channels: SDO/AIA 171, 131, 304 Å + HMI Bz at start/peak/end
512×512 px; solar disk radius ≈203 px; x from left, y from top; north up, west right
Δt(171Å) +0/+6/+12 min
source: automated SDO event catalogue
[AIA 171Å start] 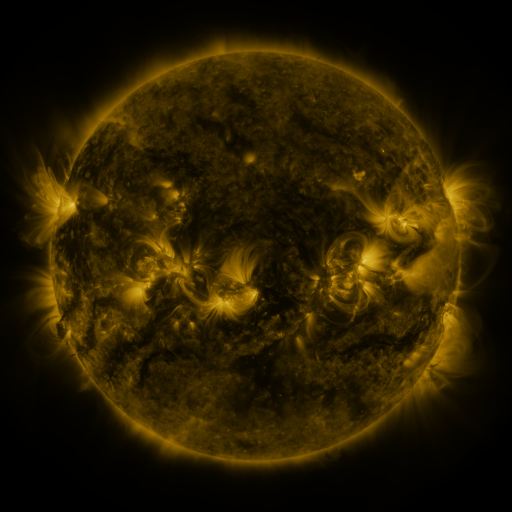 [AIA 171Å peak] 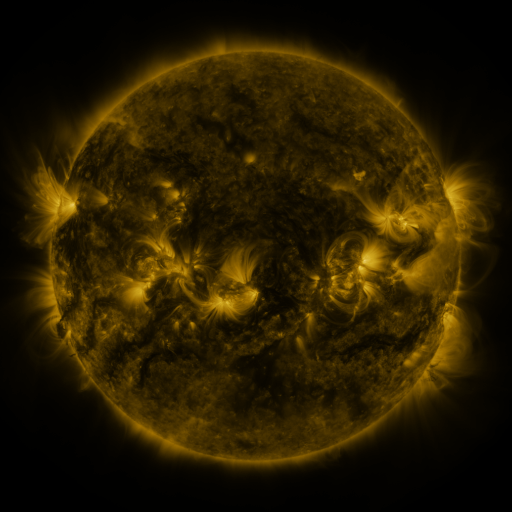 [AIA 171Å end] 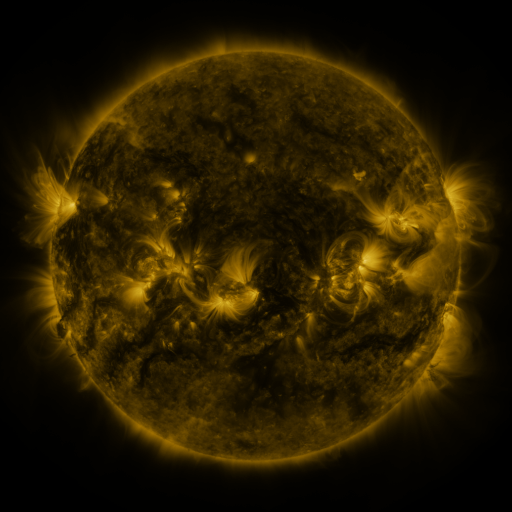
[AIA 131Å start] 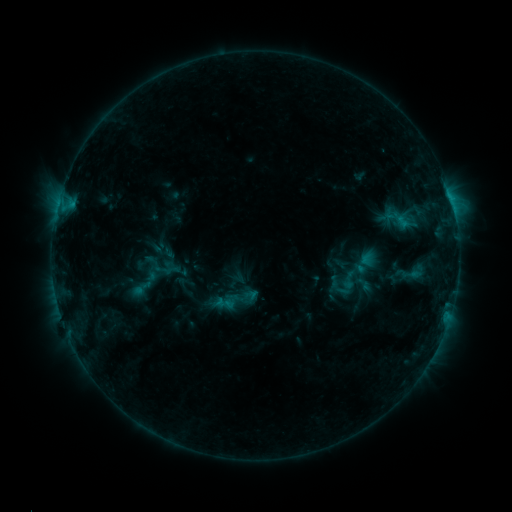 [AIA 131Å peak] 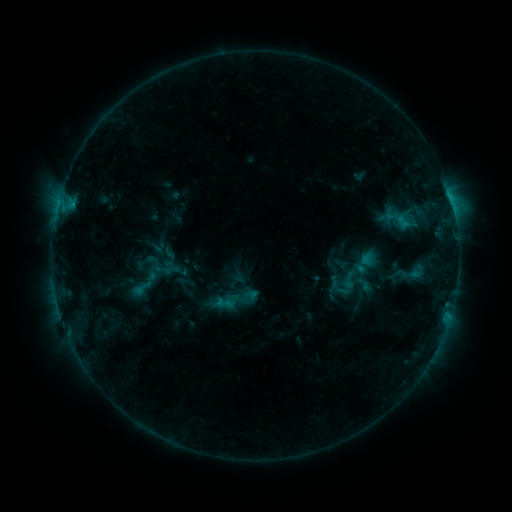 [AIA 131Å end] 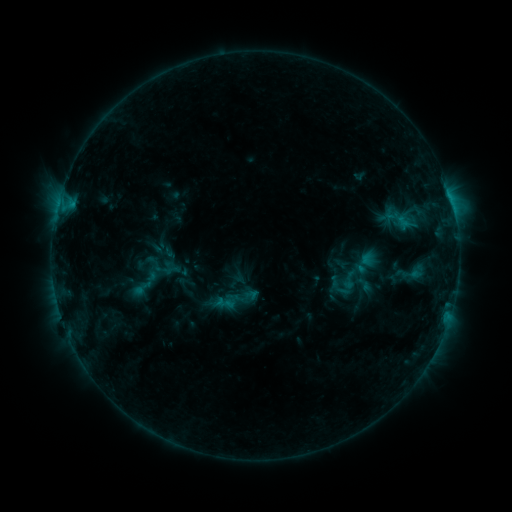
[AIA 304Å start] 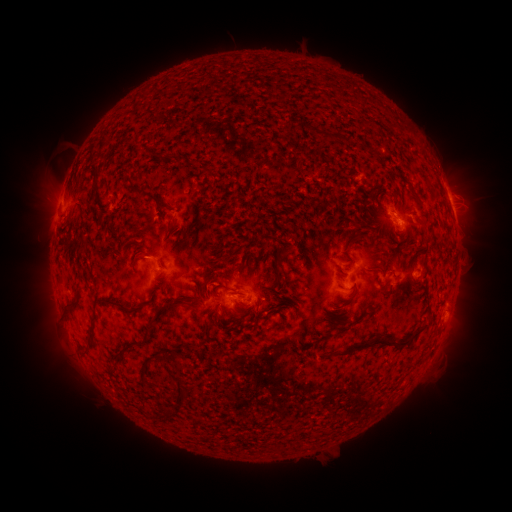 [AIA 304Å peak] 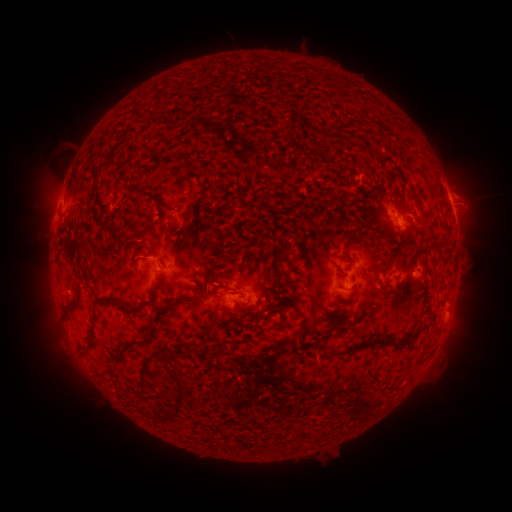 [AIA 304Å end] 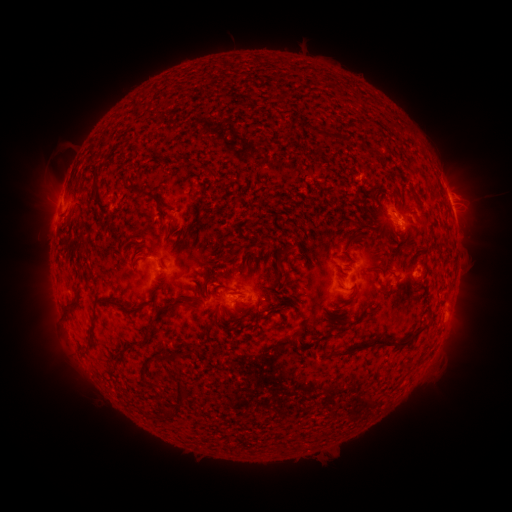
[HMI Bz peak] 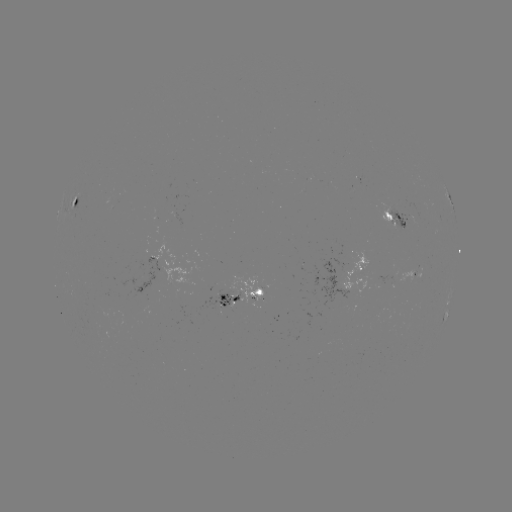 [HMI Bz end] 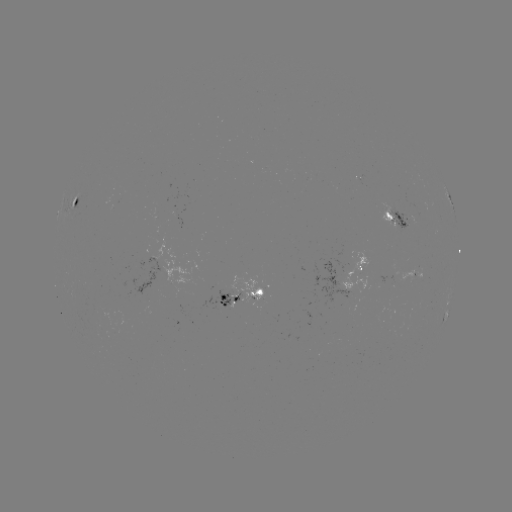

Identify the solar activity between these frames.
no flare in any classed list; no EUV-trigger detection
